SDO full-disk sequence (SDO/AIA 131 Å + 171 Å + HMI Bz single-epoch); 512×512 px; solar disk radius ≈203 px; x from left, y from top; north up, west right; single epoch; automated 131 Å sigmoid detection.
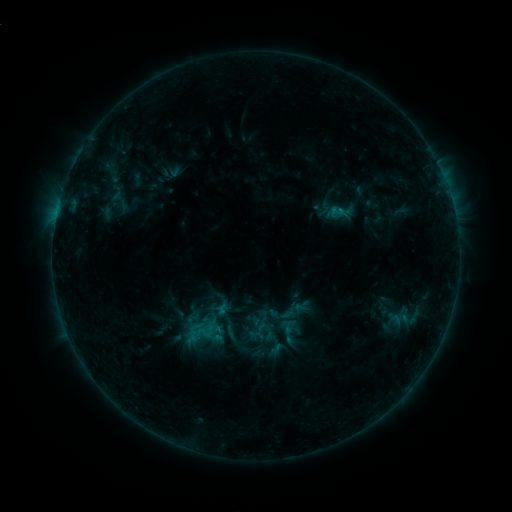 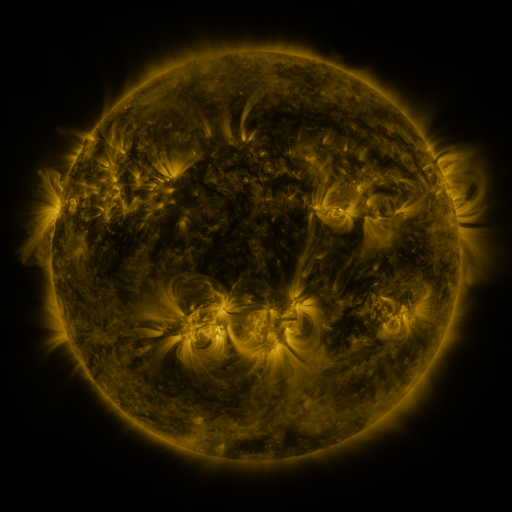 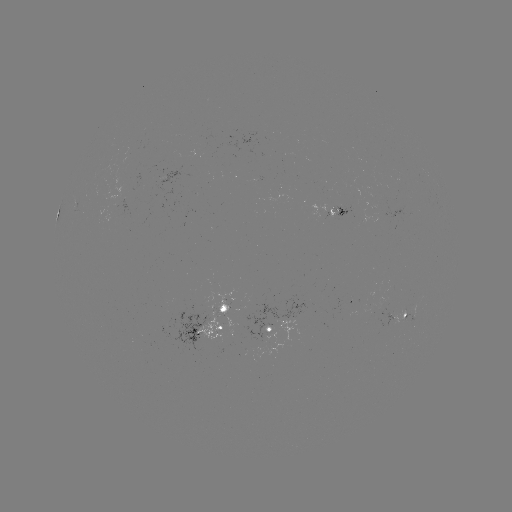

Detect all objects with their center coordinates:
sigmoid: (289, 311)
